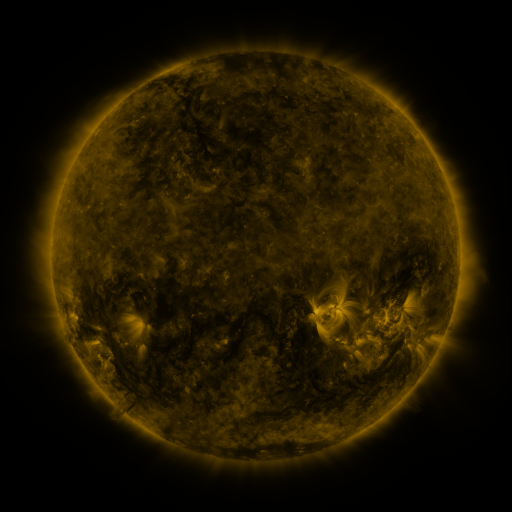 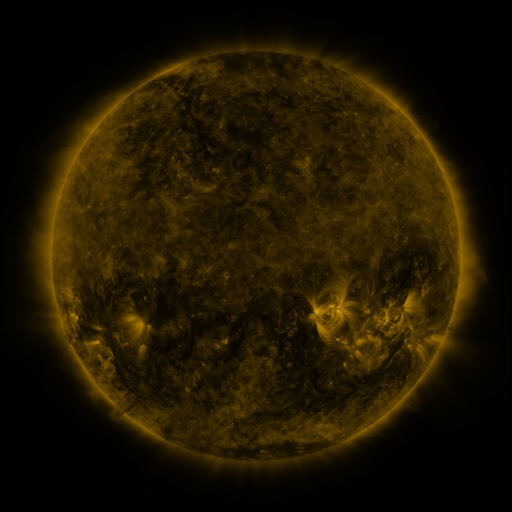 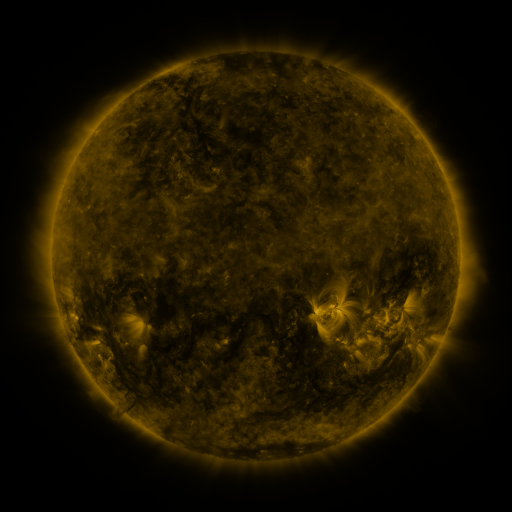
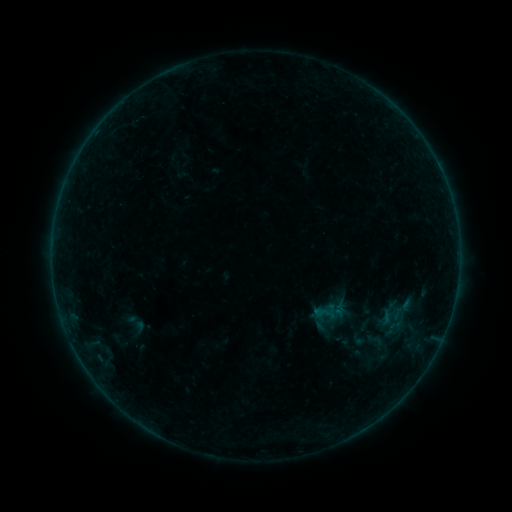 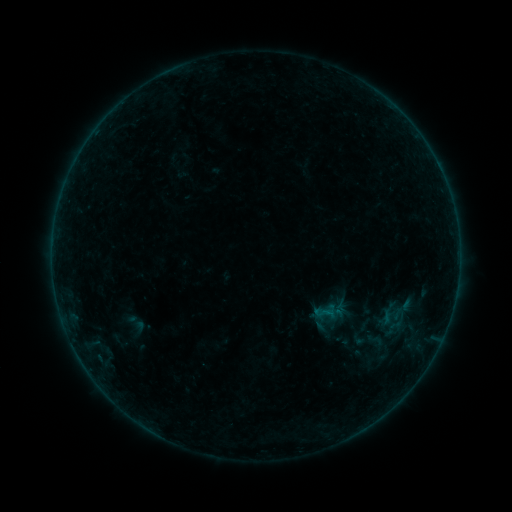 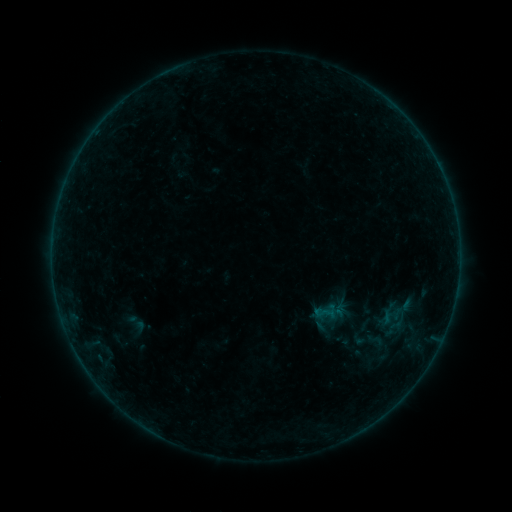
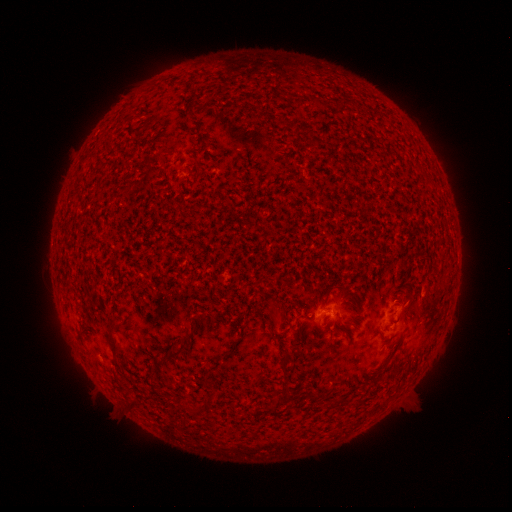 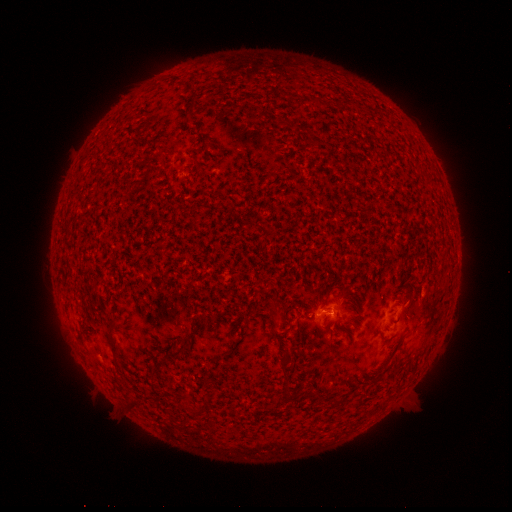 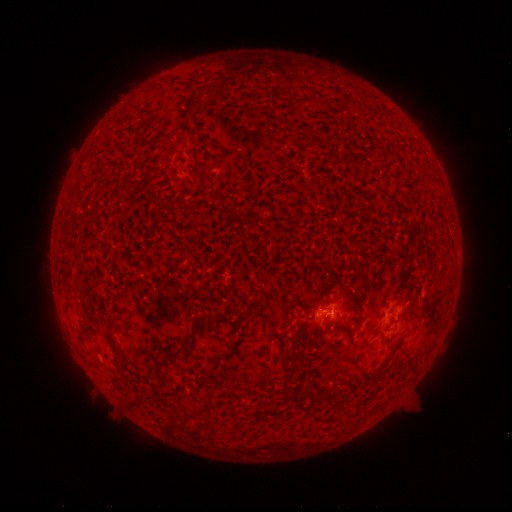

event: flare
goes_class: B1.3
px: (328, 309)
